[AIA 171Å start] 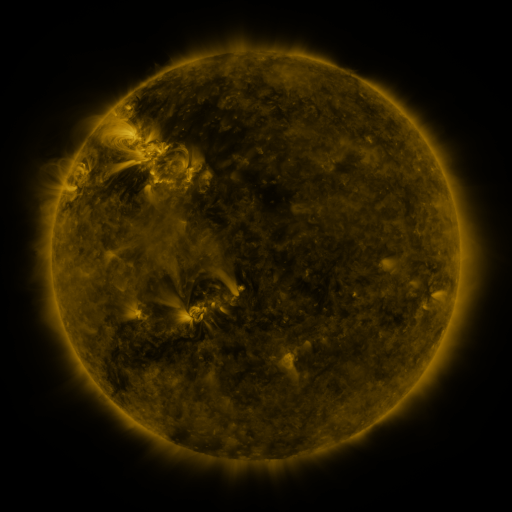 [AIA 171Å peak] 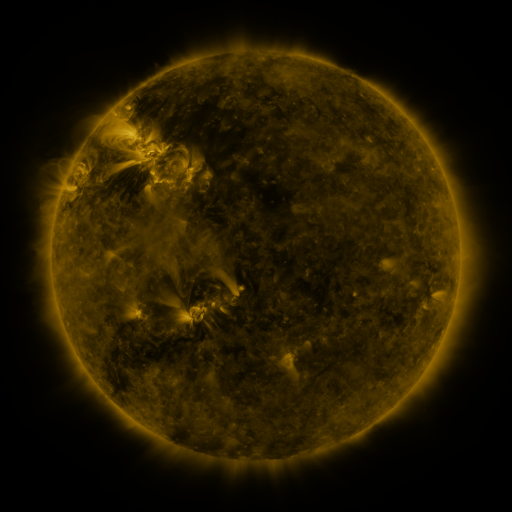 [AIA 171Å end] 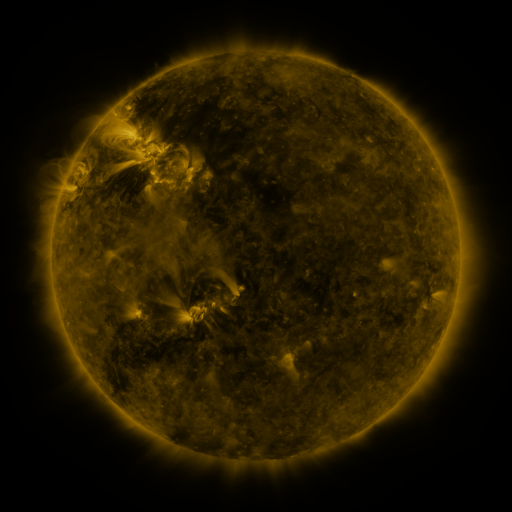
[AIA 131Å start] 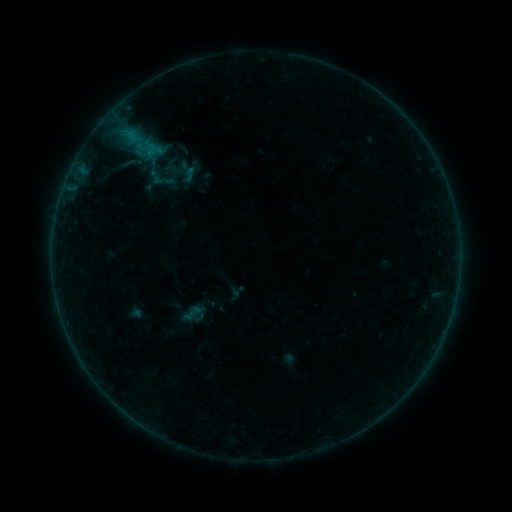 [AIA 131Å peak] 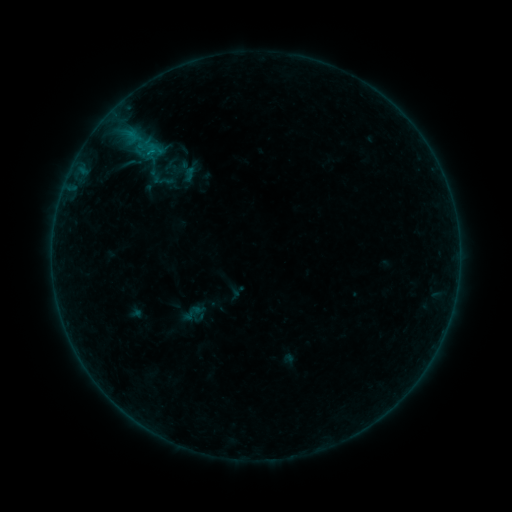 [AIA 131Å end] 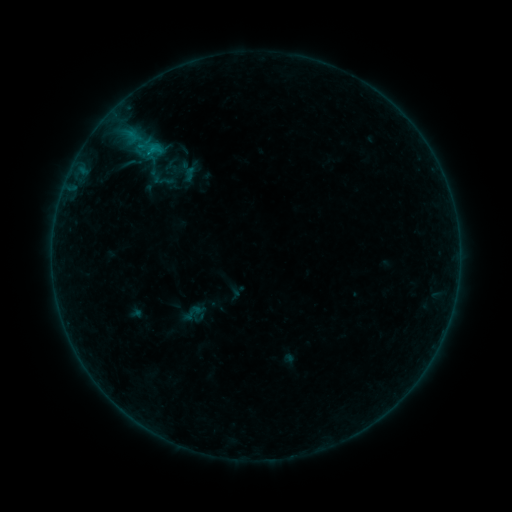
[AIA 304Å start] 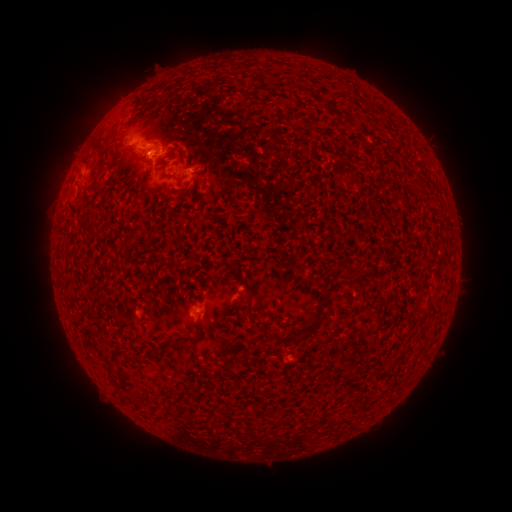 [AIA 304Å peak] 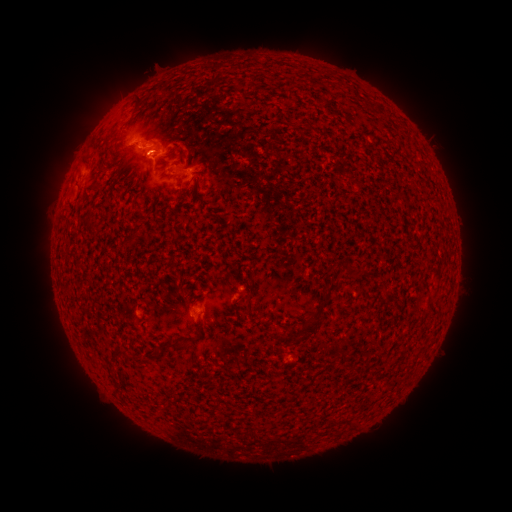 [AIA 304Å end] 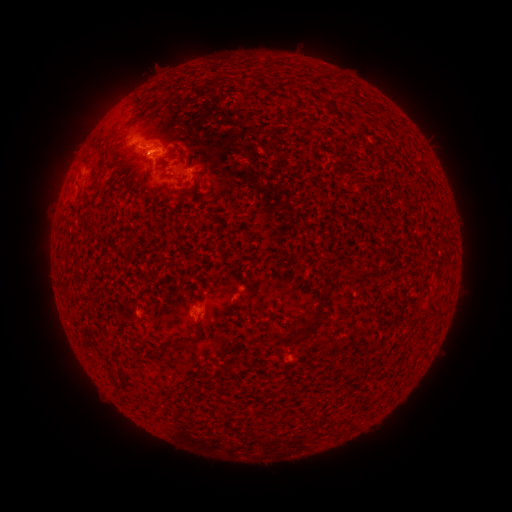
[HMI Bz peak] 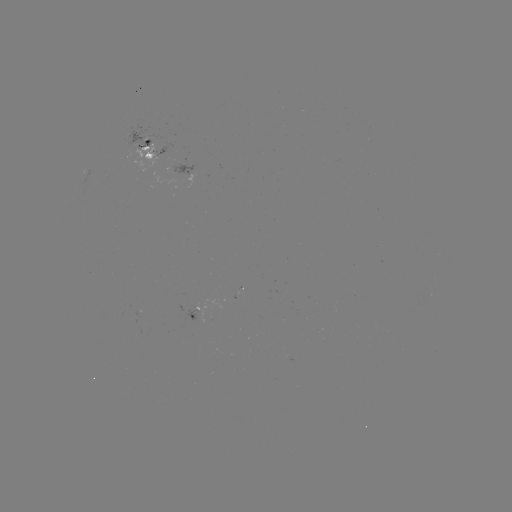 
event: flare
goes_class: B5.7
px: (151, 154)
